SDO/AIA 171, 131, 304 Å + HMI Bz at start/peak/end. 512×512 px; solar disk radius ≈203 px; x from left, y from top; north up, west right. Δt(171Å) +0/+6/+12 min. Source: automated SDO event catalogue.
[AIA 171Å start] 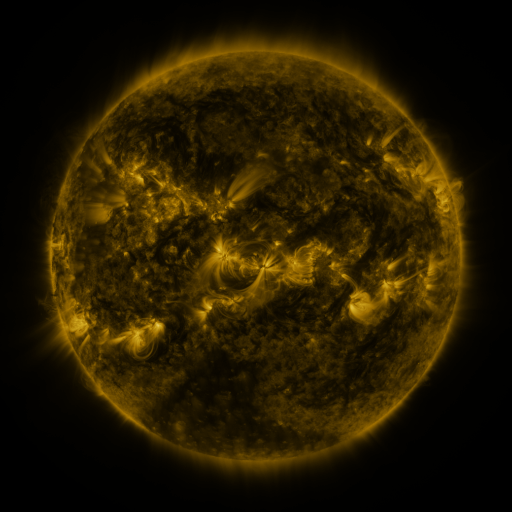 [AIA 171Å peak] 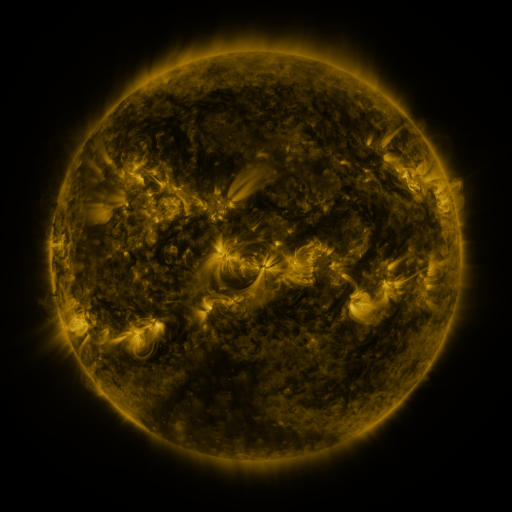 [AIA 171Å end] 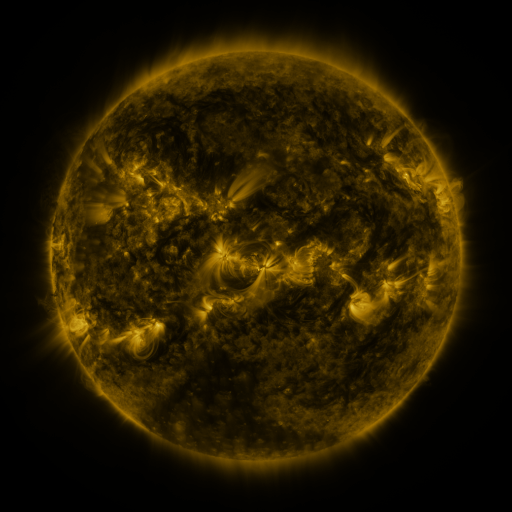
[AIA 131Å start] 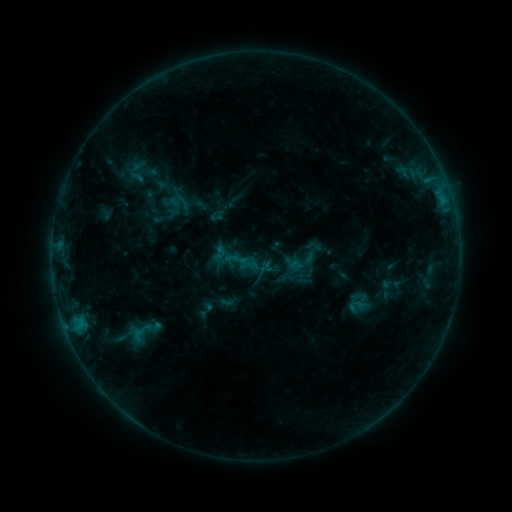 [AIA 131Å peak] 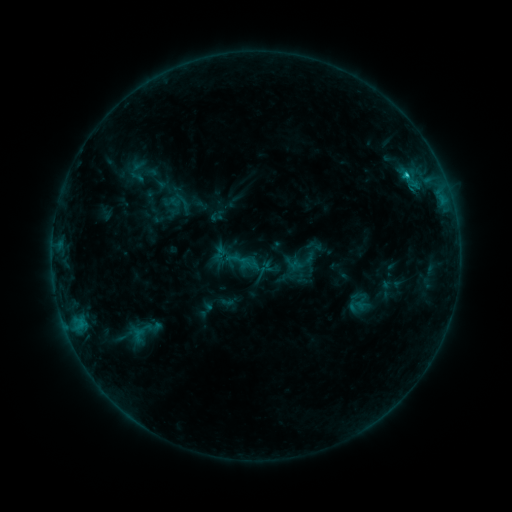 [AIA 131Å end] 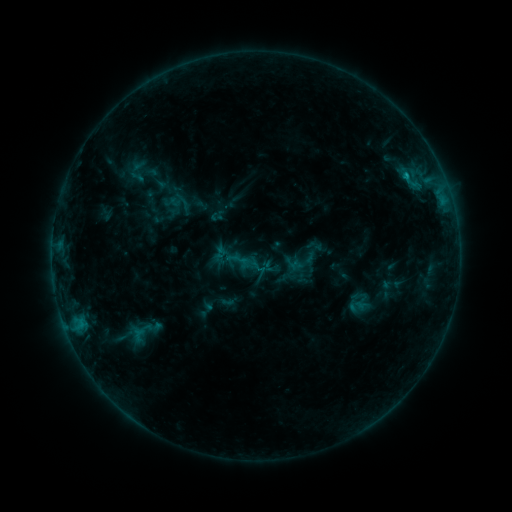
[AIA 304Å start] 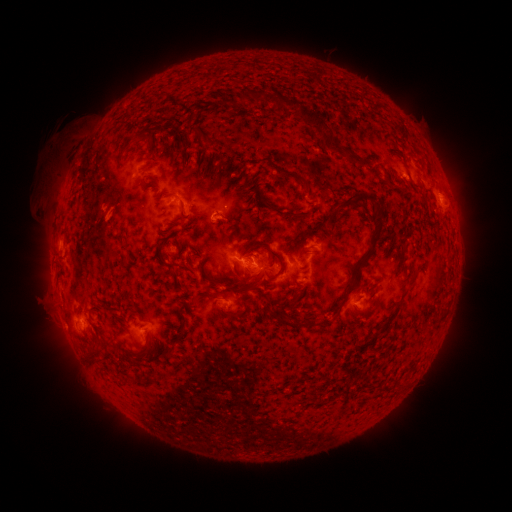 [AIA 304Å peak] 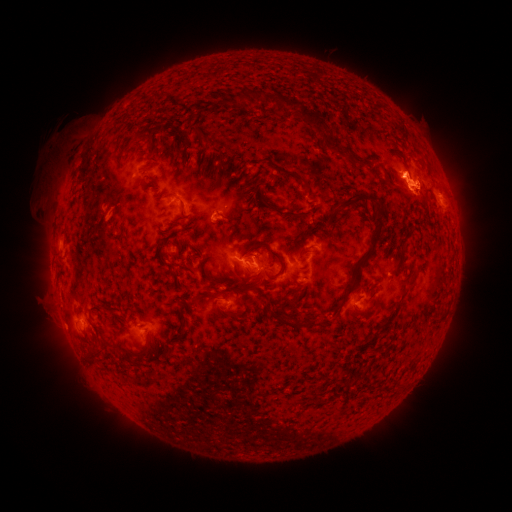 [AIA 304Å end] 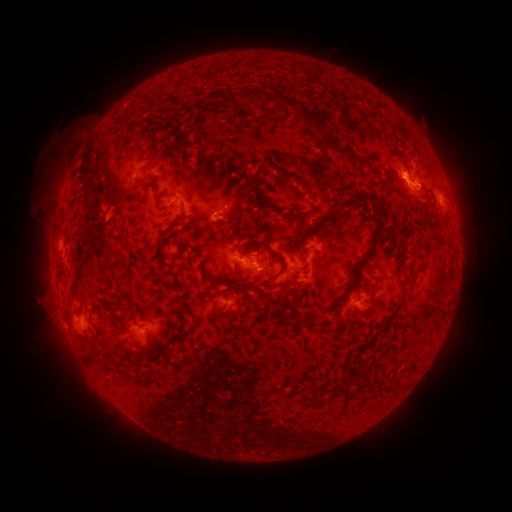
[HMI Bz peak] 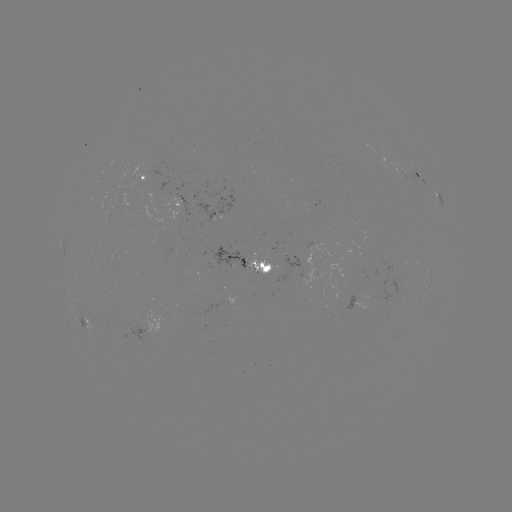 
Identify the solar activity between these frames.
eruption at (411, 181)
